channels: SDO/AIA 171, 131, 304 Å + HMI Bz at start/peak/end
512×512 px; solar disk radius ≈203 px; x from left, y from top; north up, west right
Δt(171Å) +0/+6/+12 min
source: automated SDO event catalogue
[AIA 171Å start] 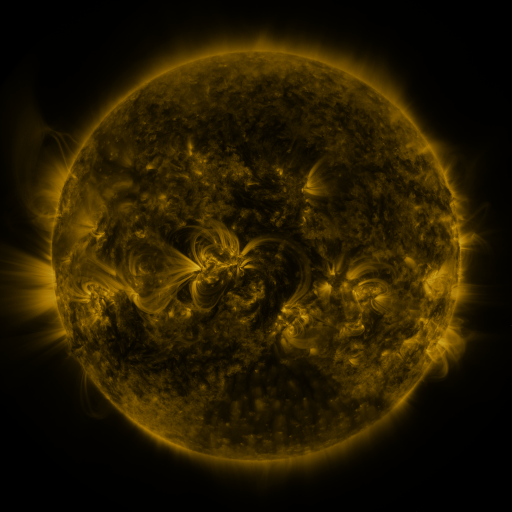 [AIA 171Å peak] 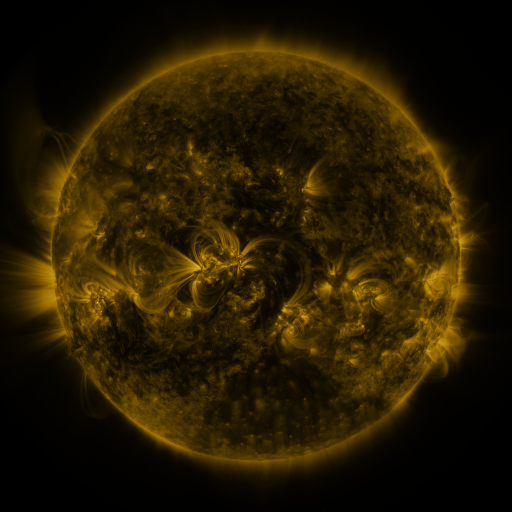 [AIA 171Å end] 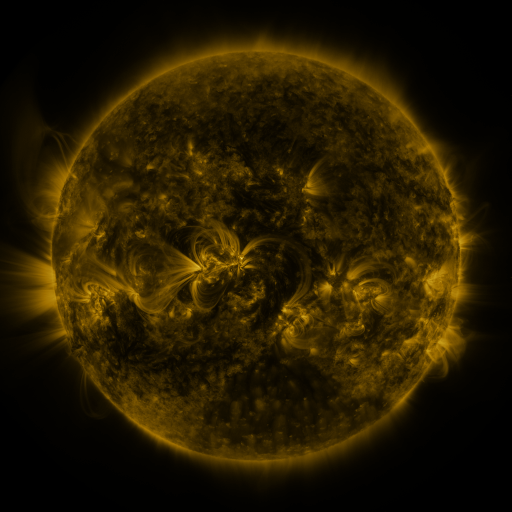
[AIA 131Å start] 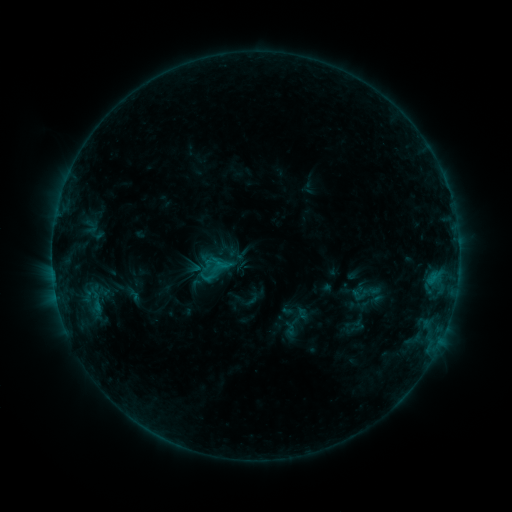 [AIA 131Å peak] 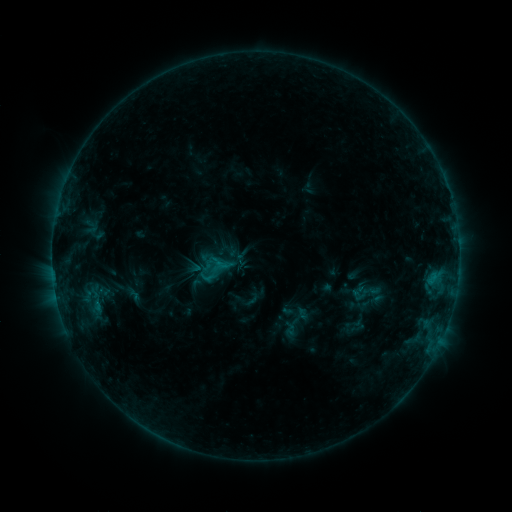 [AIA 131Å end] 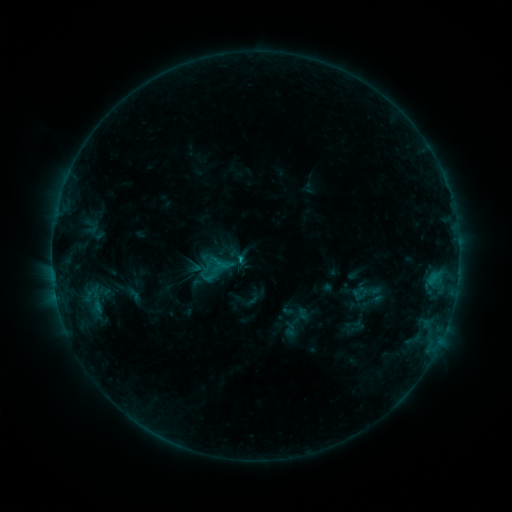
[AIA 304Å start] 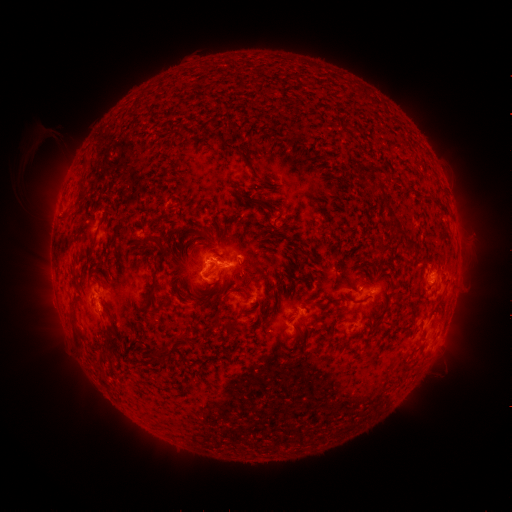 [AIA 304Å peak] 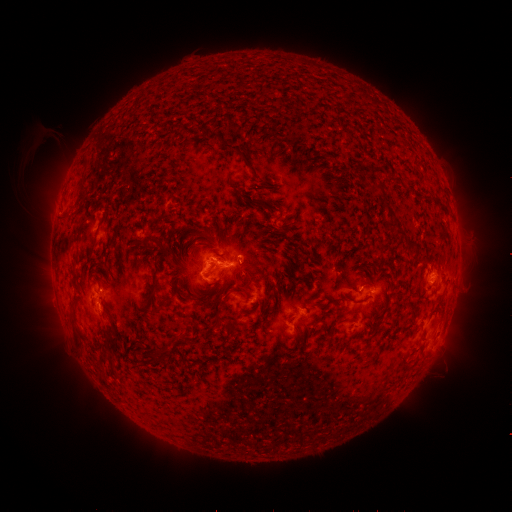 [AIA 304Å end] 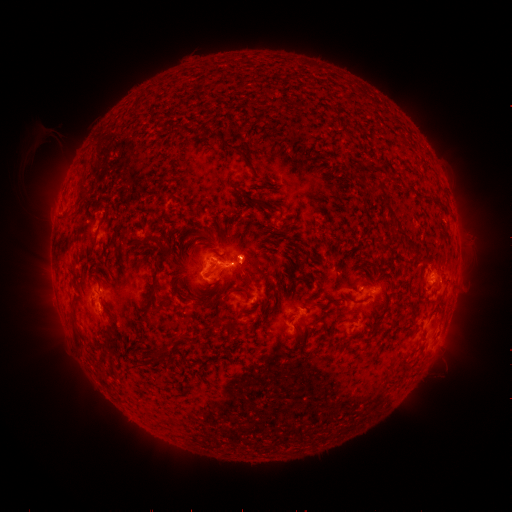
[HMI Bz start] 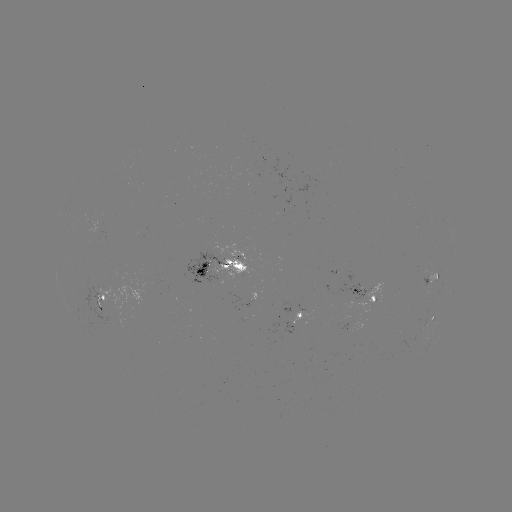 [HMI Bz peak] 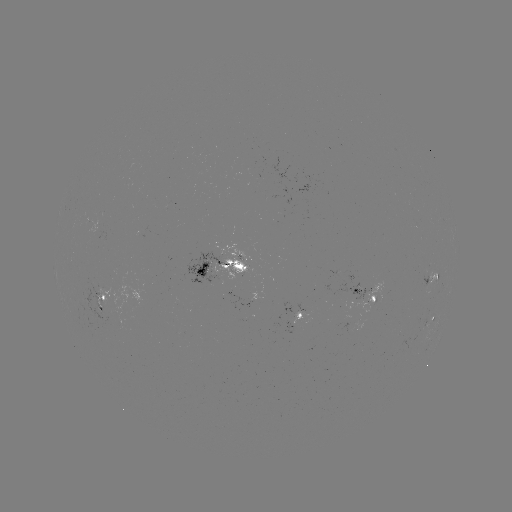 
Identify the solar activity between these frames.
C1.1 flare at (241, 262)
